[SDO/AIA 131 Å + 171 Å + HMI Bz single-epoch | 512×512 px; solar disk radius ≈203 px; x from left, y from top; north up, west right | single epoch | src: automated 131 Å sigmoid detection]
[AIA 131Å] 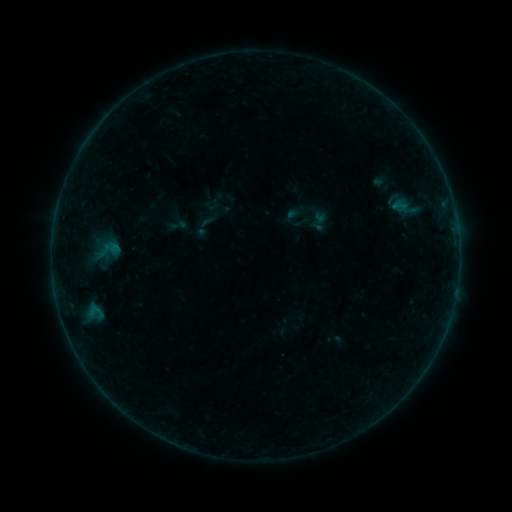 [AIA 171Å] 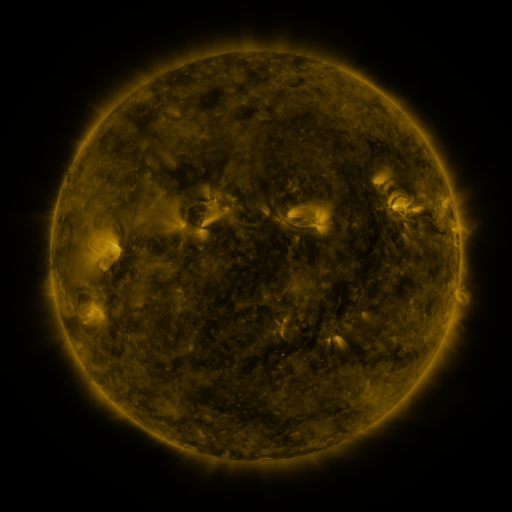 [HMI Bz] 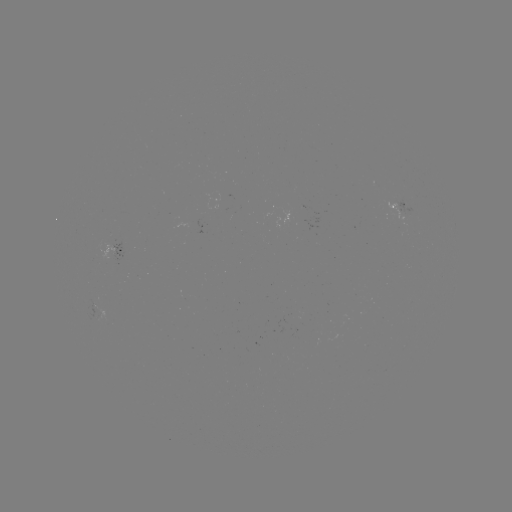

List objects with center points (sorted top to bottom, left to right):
sigmoid: (388, 197, 410, 214)
sigmoid: (98, 237, 122, 262)
